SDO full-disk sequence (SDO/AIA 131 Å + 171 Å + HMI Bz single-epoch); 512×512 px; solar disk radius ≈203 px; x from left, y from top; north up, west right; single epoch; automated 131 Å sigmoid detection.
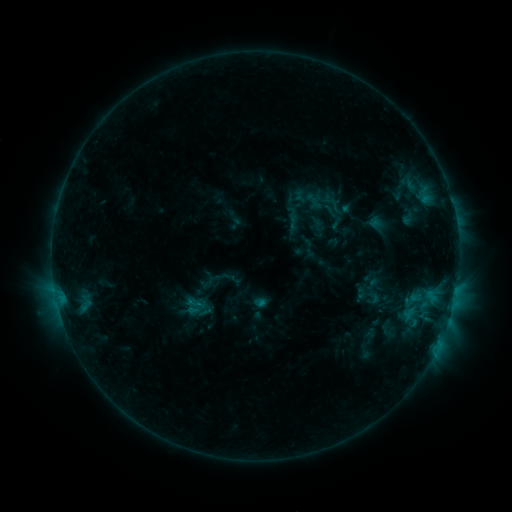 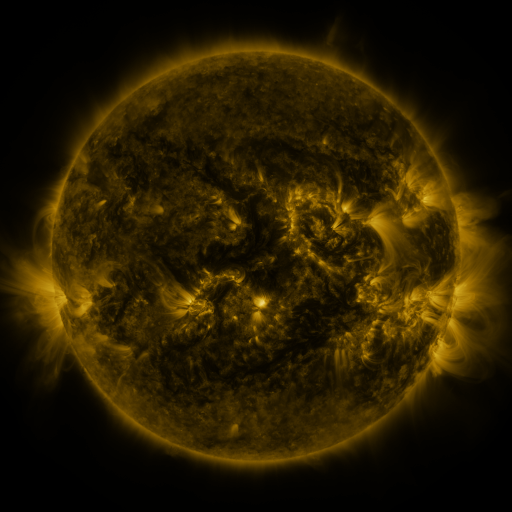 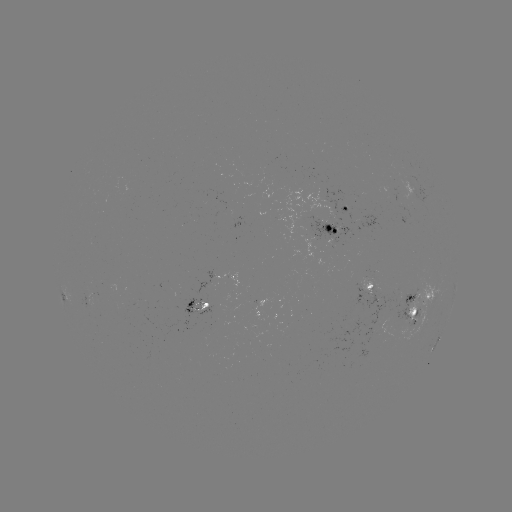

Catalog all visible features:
sigmoid: <bbox>365, 289, 381, 306</bbox>
